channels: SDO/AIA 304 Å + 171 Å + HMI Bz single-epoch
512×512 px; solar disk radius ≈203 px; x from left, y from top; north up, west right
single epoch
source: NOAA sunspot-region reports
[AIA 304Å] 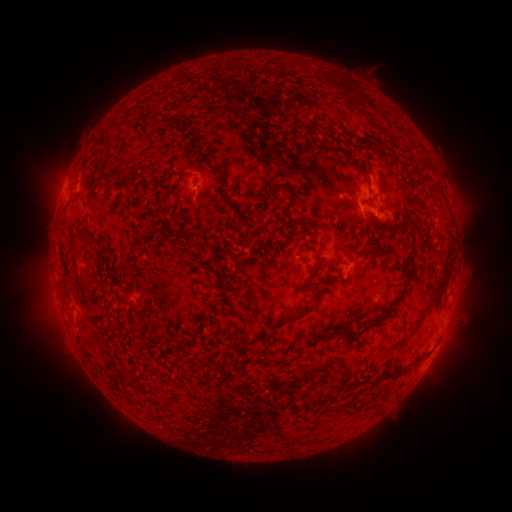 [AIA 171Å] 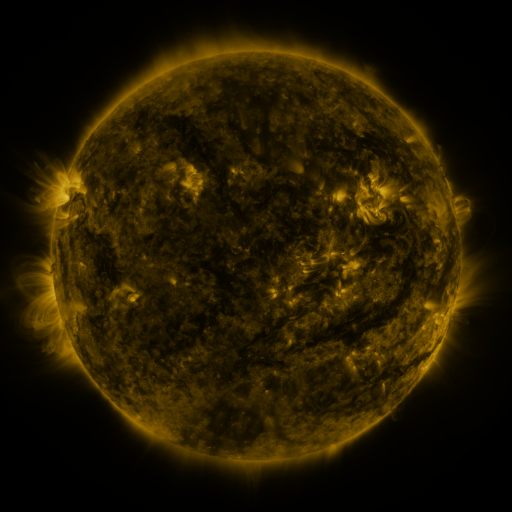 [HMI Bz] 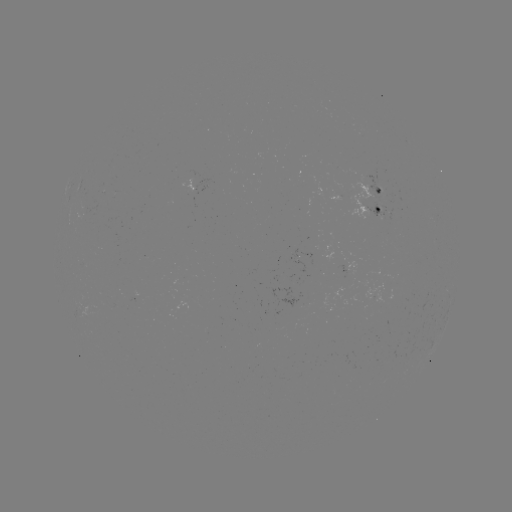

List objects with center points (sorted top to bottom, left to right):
spotted active region: (201, 180)
spotted active region: (376, 198)
spotted active region: (353, 266)
